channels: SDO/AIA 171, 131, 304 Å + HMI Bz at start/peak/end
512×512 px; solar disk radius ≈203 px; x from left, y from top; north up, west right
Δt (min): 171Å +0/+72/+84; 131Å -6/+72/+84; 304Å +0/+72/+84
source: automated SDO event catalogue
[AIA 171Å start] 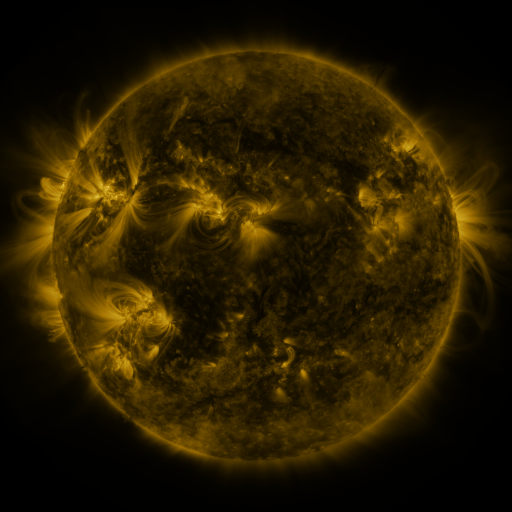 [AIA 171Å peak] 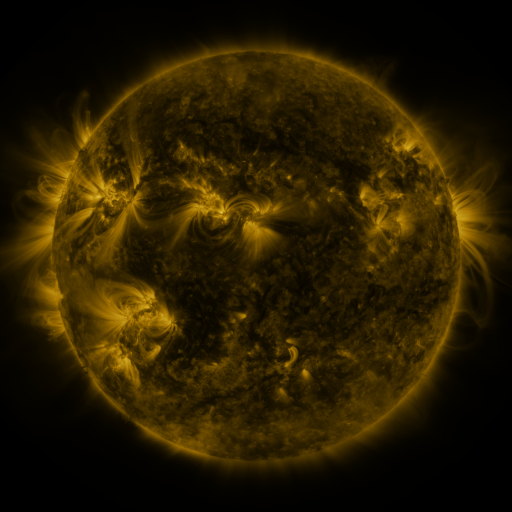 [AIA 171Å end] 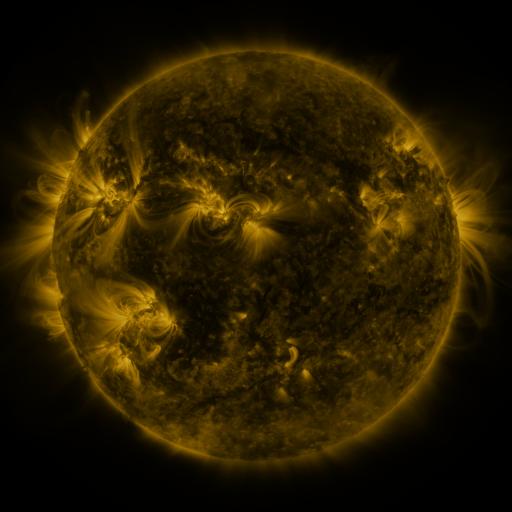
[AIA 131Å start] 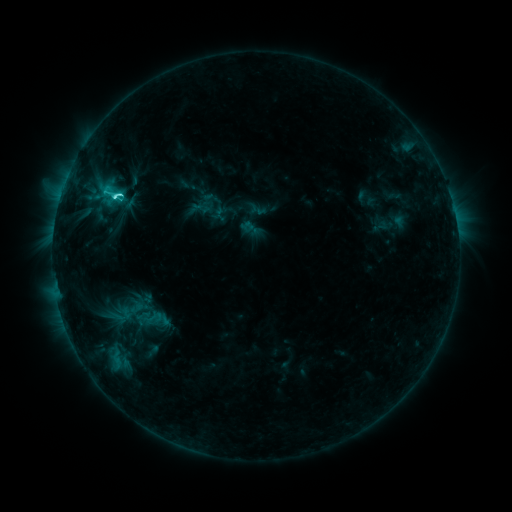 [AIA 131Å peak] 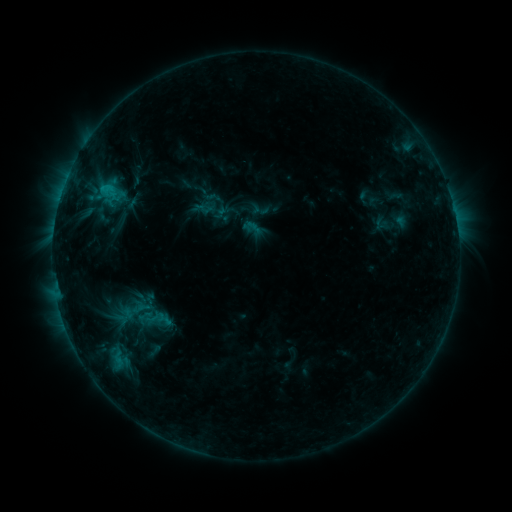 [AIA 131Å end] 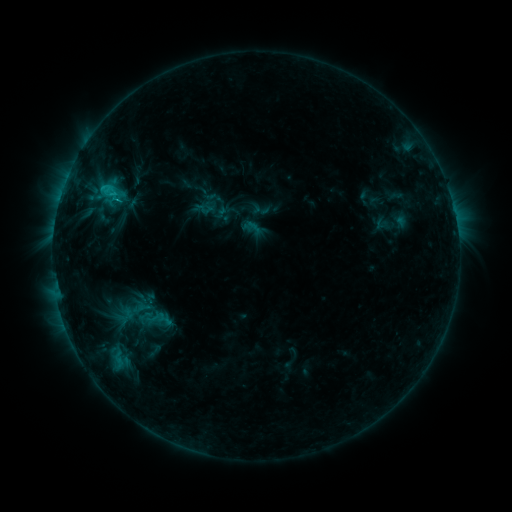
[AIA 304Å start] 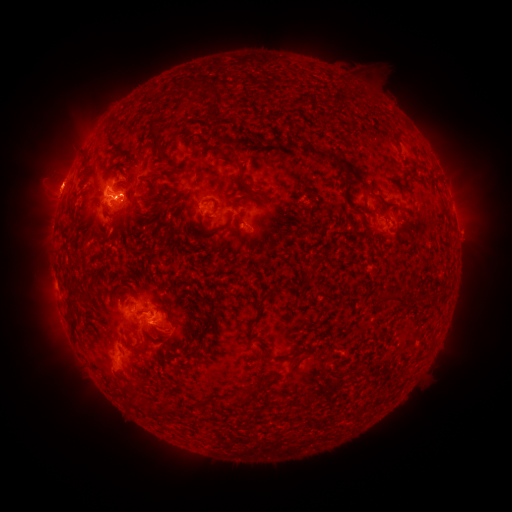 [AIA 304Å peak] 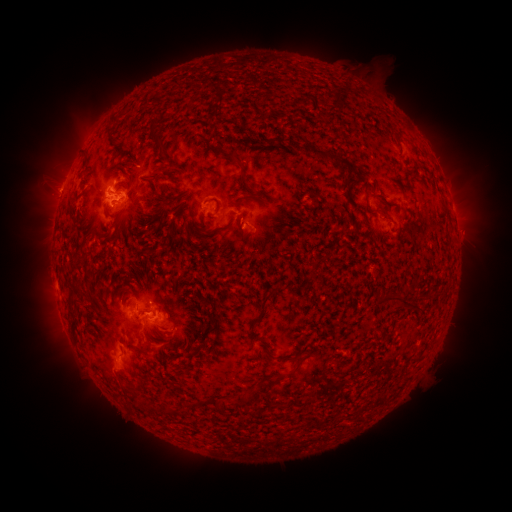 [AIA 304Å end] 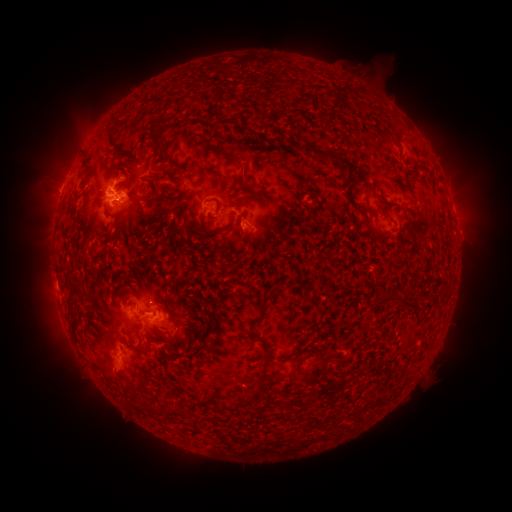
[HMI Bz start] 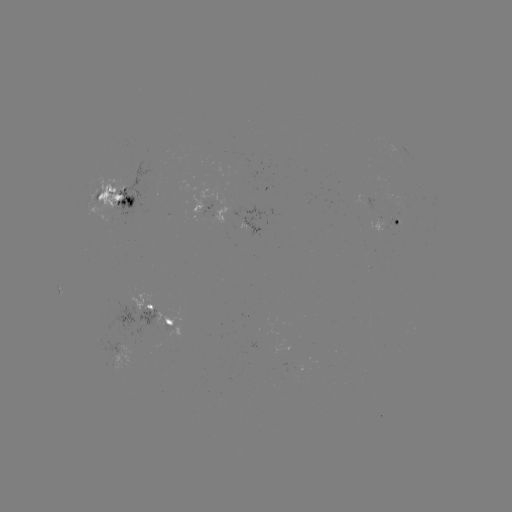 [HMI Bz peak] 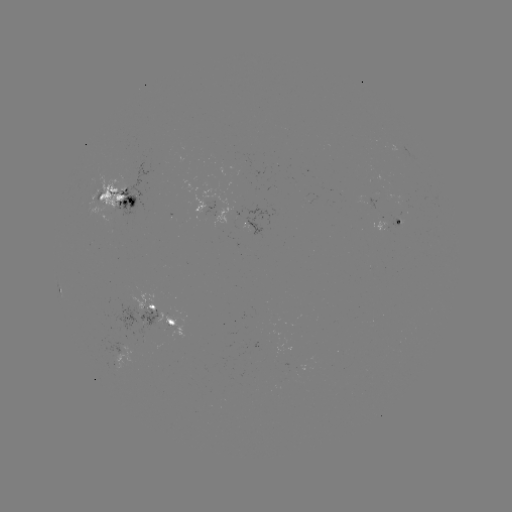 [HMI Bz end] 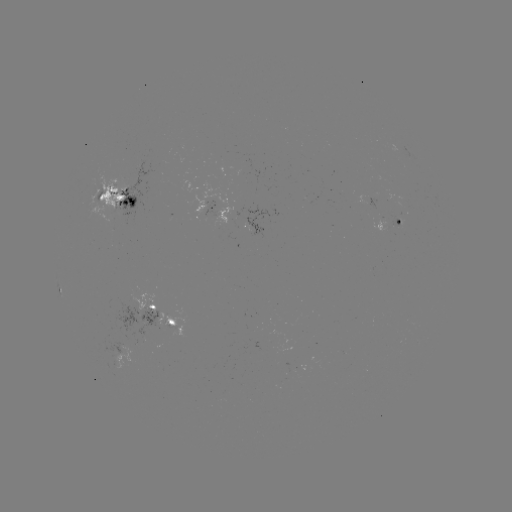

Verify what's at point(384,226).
emerging-flux region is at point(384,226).